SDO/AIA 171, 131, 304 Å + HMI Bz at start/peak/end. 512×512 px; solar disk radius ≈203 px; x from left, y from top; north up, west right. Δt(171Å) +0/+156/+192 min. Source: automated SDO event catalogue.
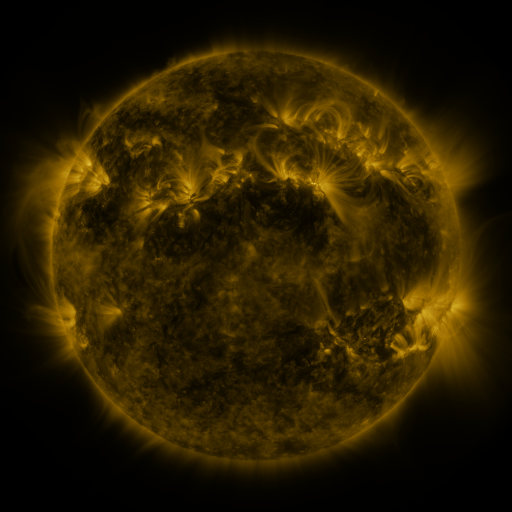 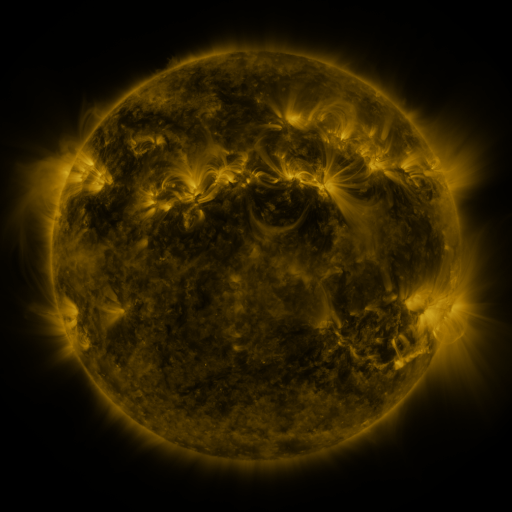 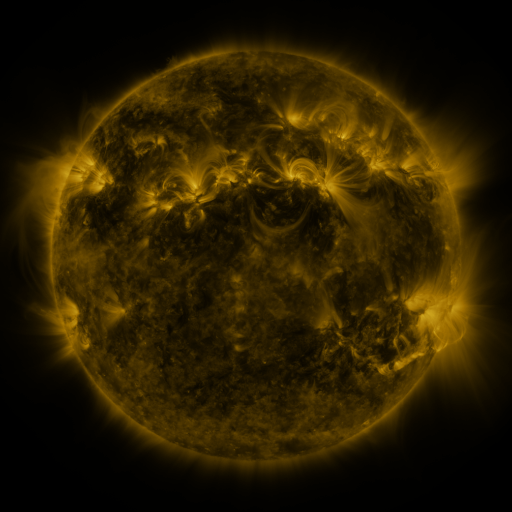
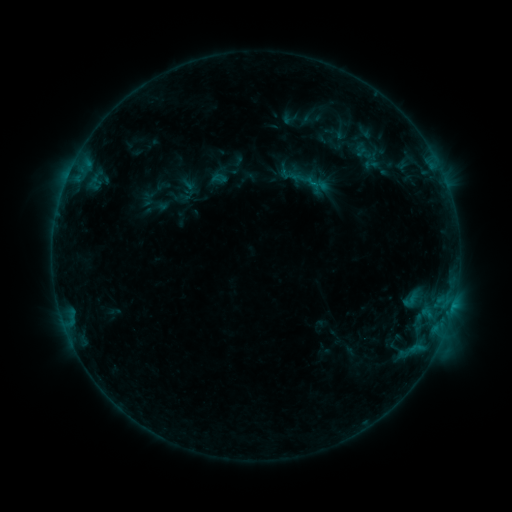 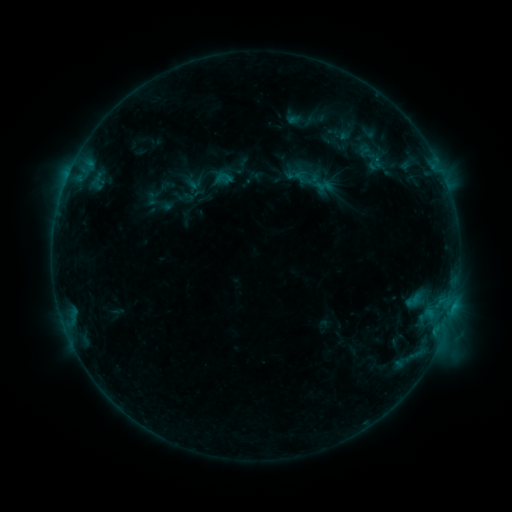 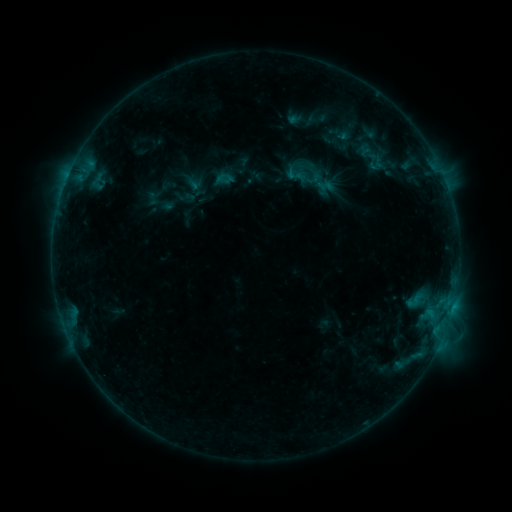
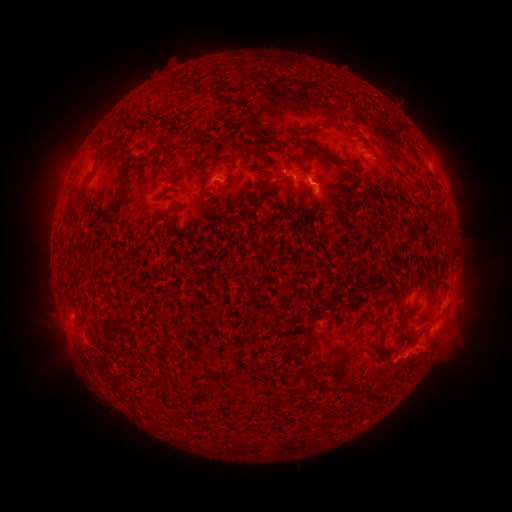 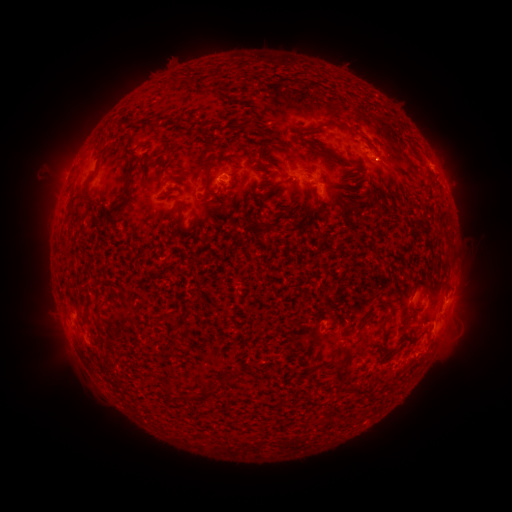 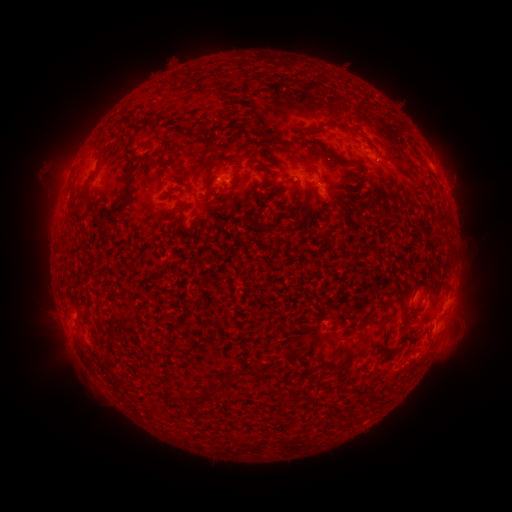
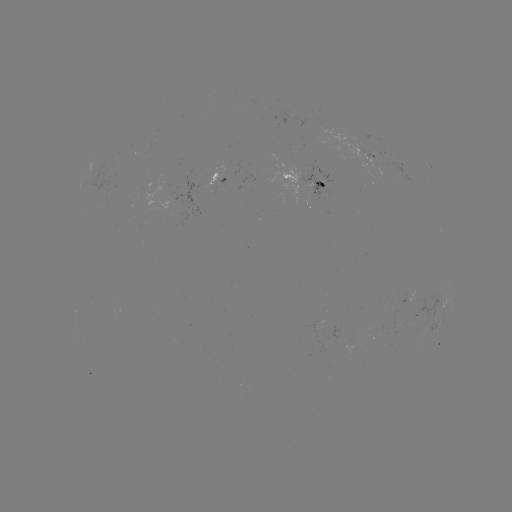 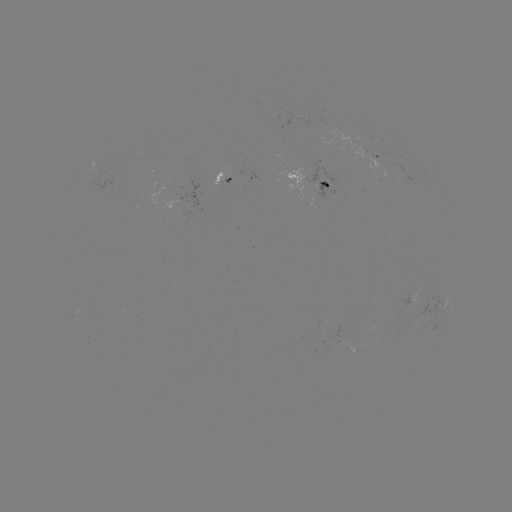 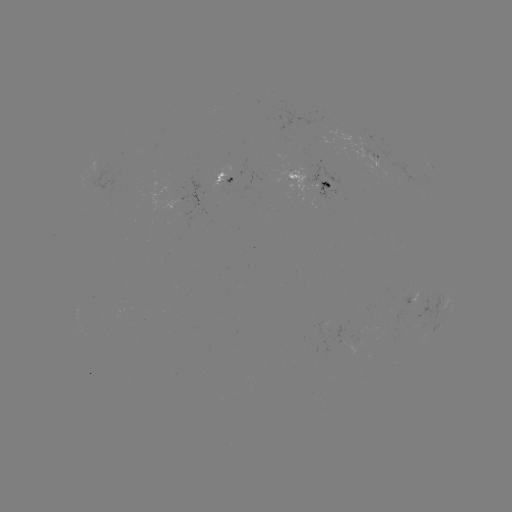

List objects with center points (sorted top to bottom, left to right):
emerging-flux region: (325, 185)
